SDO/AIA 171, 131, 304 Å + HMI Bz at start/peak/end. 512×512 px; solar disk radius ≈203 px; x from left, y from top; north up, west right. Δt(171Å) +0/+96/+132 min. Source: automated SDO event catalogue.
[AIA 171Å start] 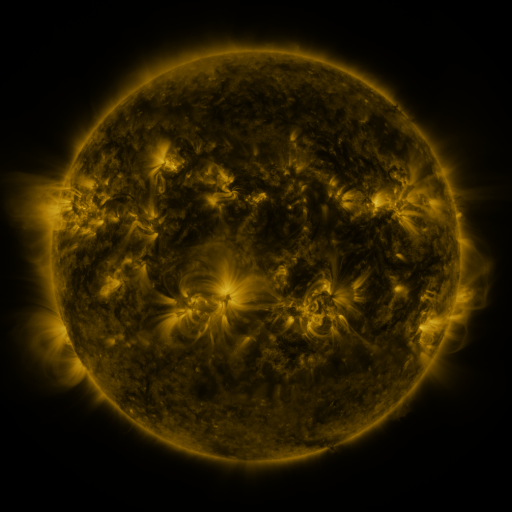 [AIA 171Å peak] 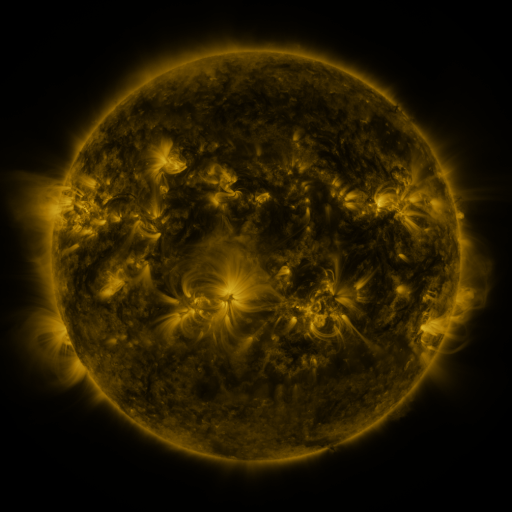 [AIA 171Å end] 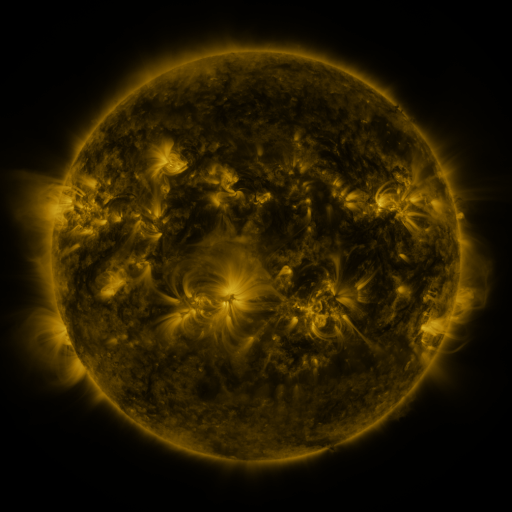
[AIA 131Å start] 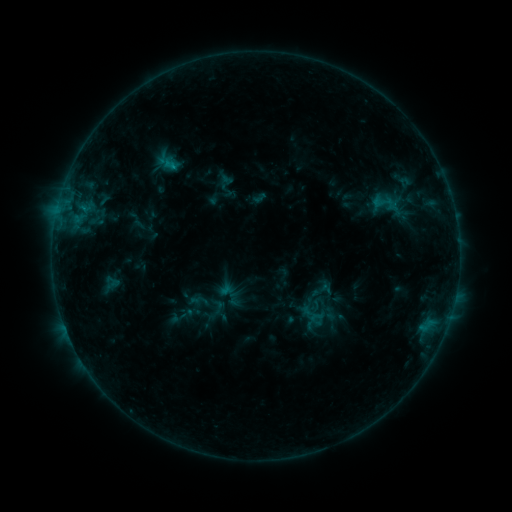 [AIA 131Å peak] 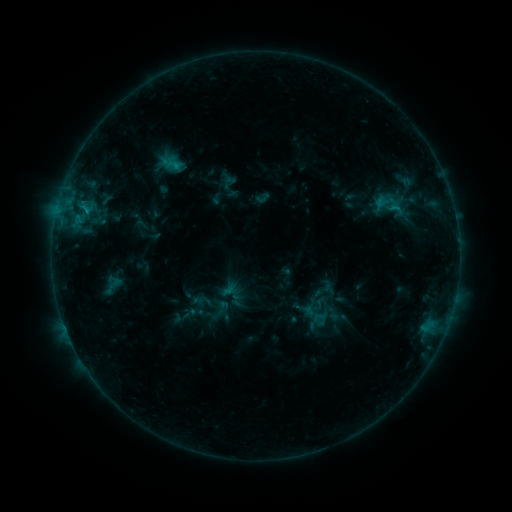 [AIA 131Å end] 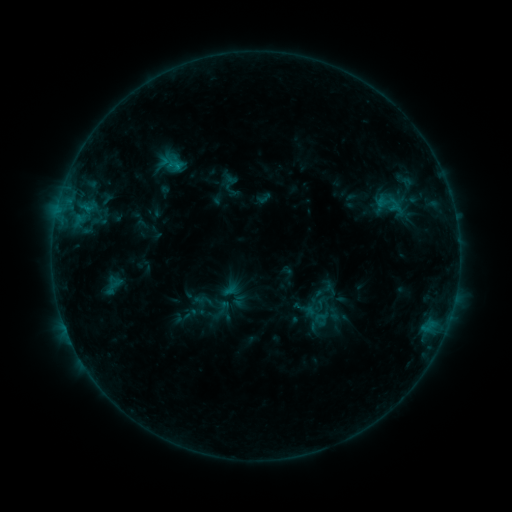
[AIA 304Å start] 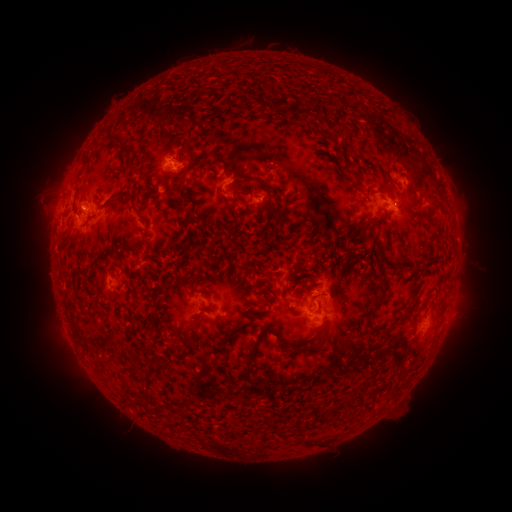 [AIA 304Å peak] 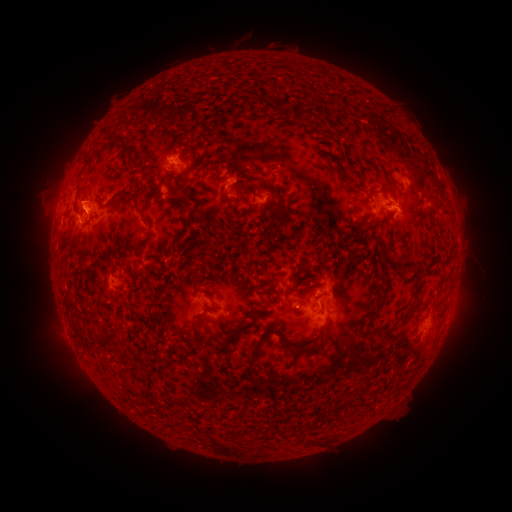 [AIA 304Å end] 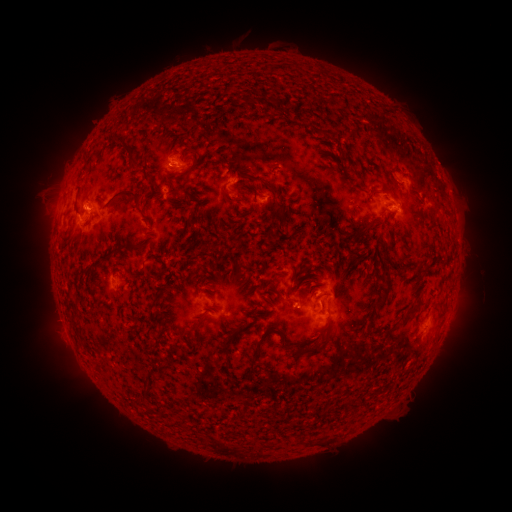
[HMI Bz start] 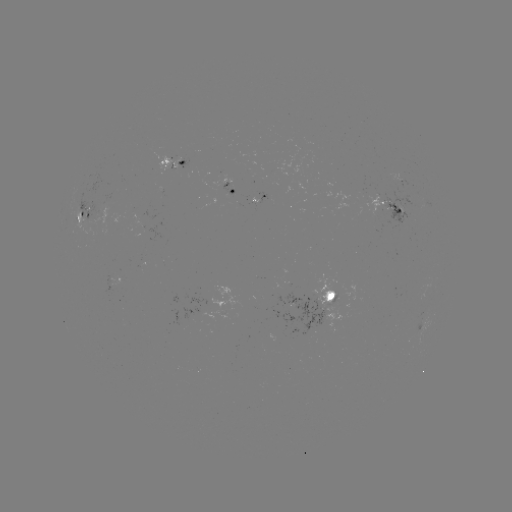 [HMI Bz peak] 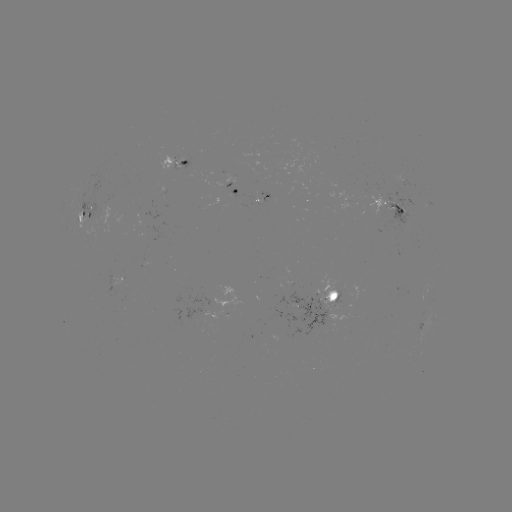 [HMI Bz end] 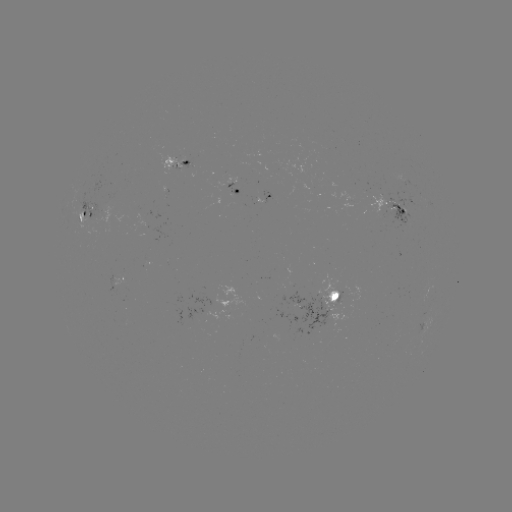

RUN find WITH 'emerging-flux region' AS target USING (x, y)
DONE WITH (261, 194) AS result